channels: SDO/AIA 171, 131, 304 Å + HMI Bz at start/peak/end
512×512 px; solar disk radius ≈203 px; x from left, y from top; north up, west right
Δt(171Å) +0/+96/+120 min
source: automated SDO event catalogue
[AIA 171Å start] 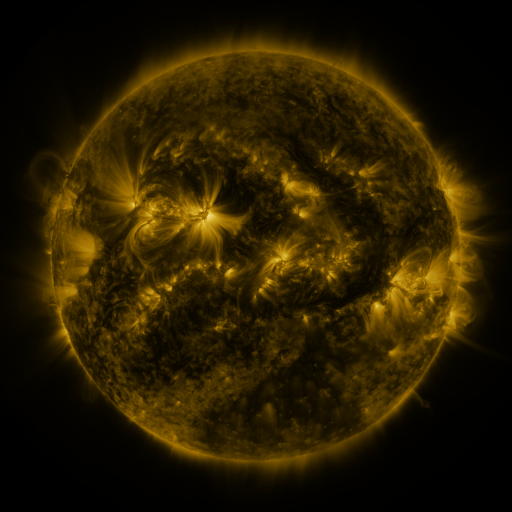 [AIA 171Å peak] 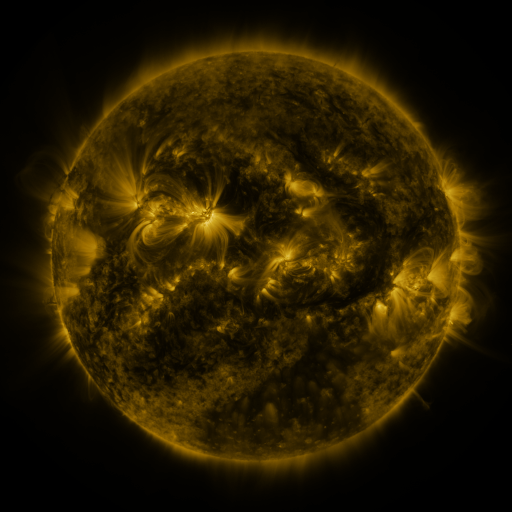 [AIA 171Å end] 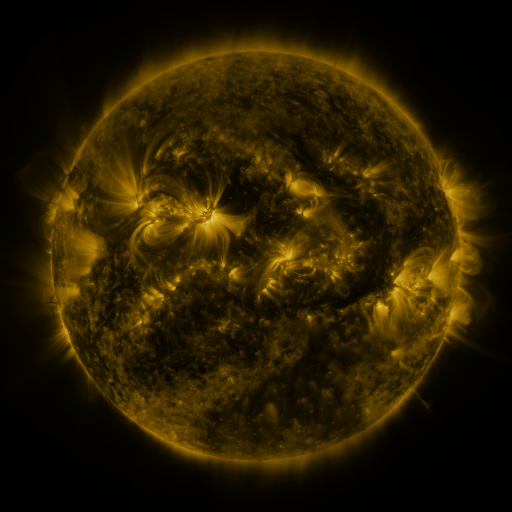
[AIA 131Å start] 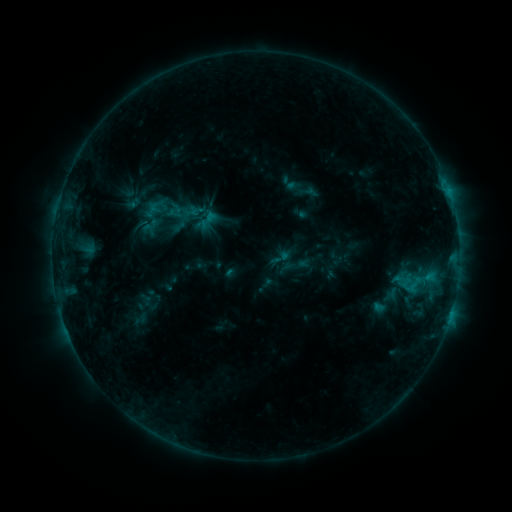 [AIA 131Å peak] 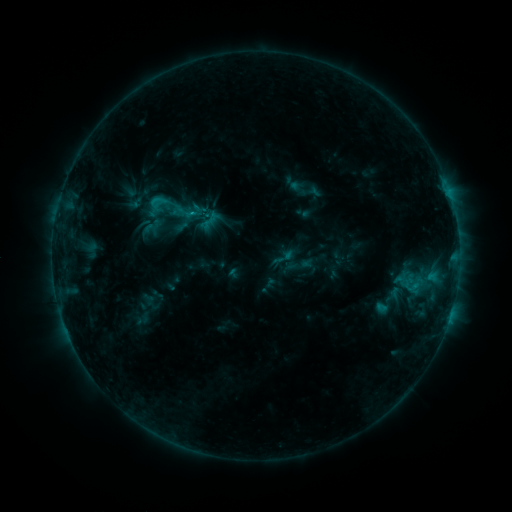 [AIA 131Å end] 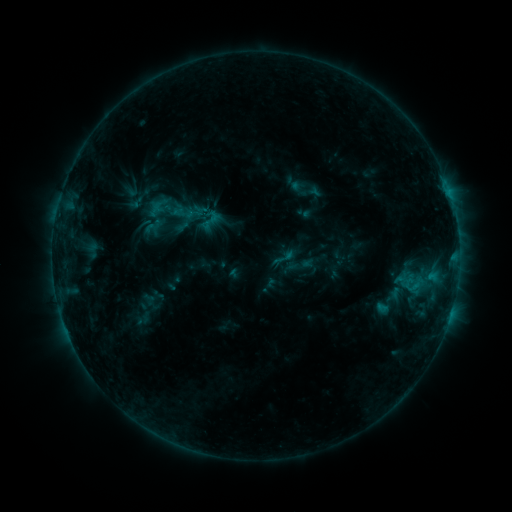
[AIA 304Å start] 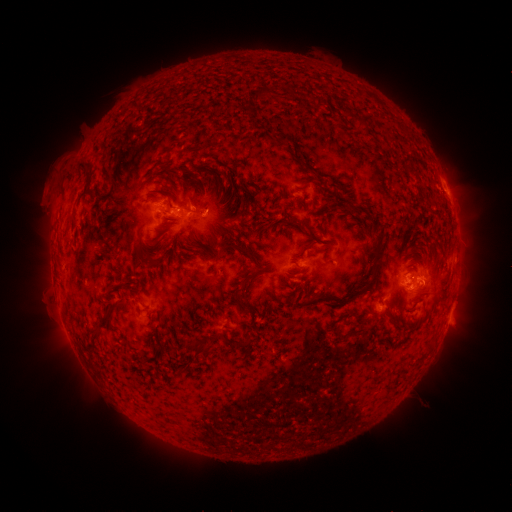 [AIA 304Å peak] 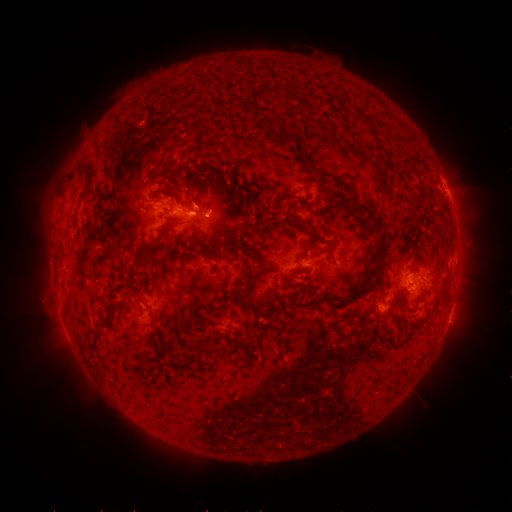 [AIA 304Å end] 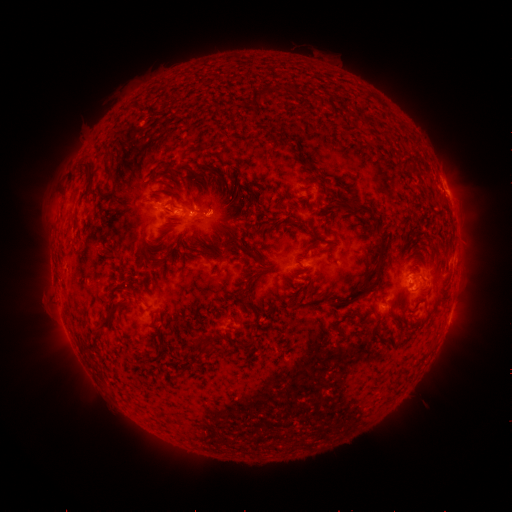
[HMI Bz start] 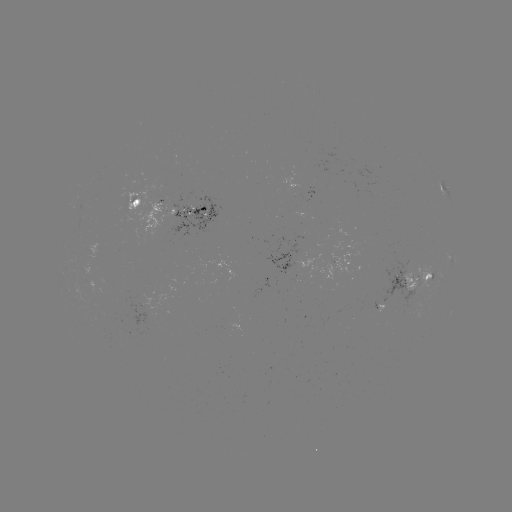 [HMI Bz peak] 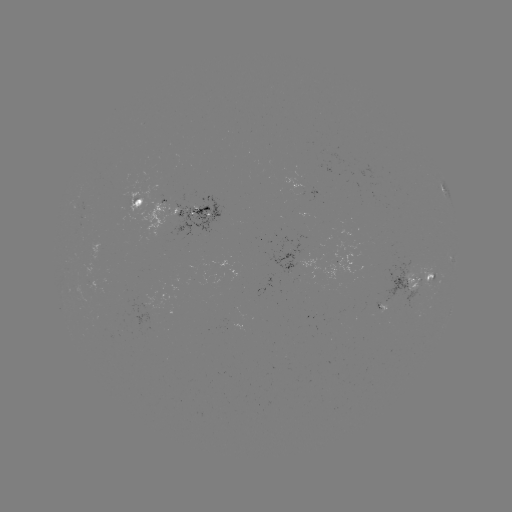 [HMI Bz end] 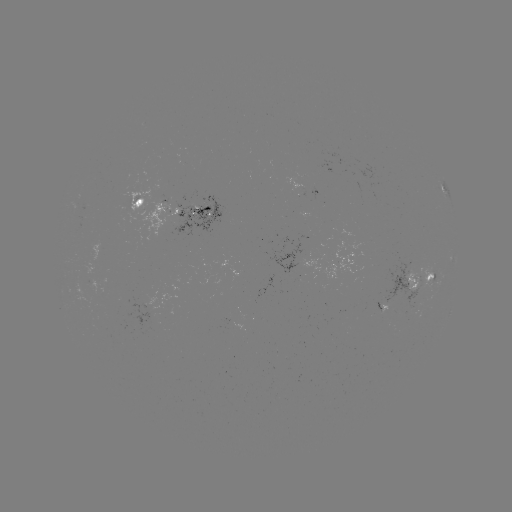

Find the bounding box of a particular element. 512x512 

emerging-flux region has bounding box [404, 288, 419, 310].